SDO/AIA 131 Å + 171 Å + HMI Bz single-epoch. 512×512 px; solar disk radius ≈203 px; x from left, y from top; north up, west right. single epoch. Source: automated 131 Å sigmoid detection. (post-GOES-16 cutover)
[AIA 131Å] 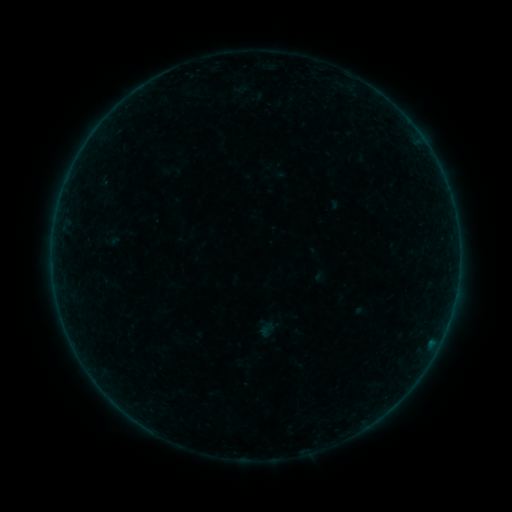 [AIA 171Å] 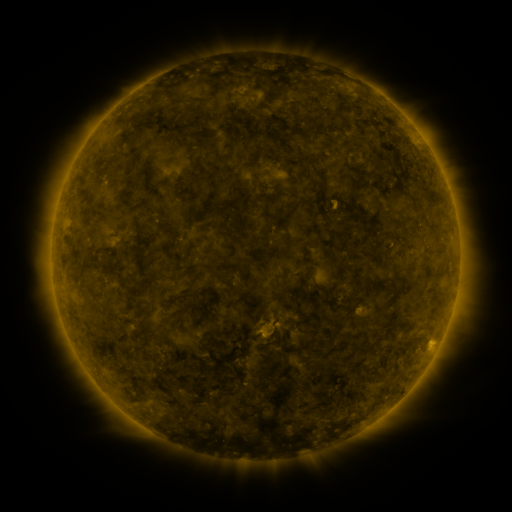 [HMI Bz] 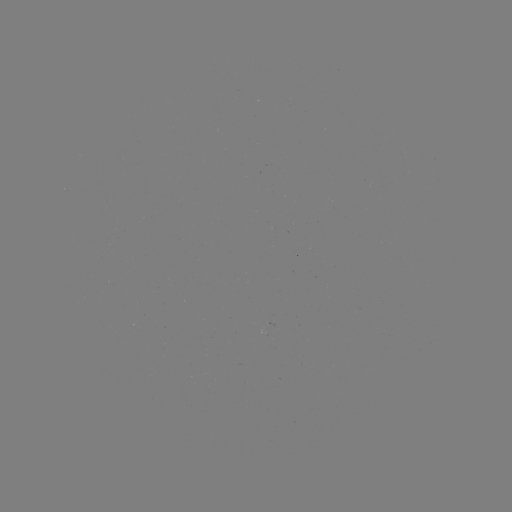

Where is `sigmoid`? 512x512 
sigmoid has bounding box [257, 320, 277, 340].